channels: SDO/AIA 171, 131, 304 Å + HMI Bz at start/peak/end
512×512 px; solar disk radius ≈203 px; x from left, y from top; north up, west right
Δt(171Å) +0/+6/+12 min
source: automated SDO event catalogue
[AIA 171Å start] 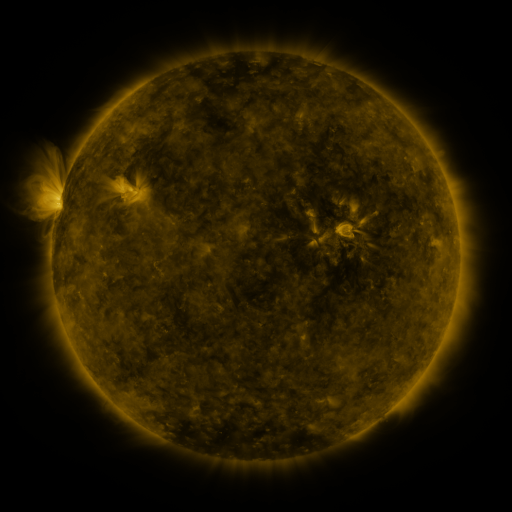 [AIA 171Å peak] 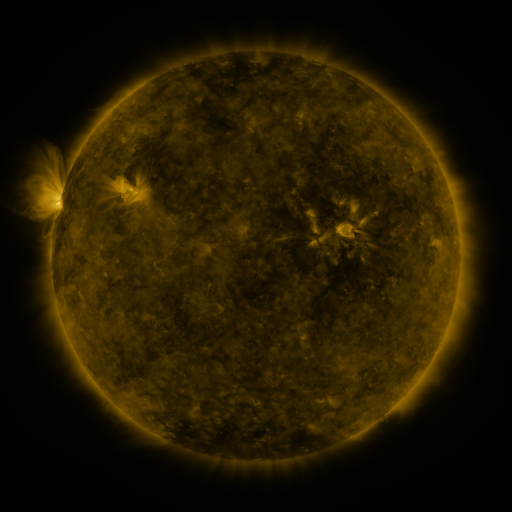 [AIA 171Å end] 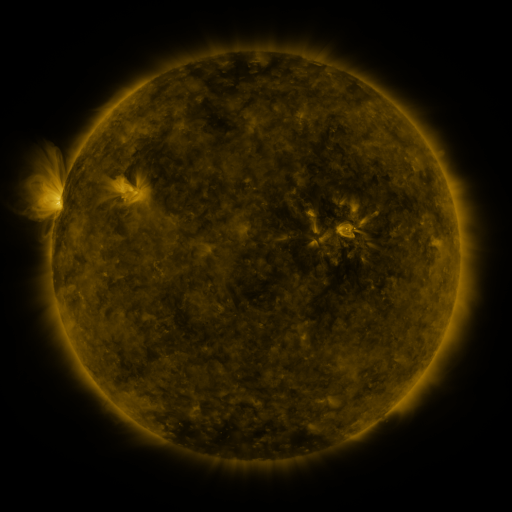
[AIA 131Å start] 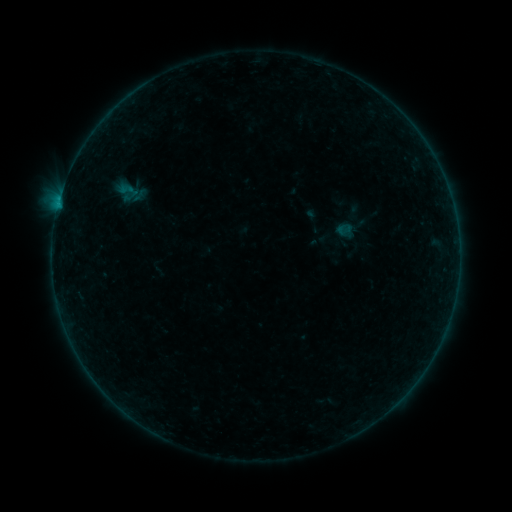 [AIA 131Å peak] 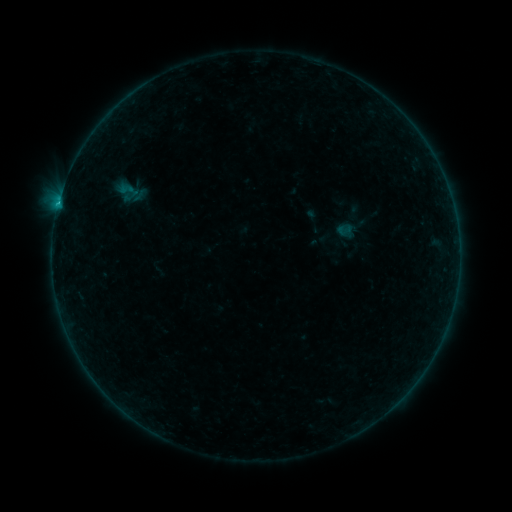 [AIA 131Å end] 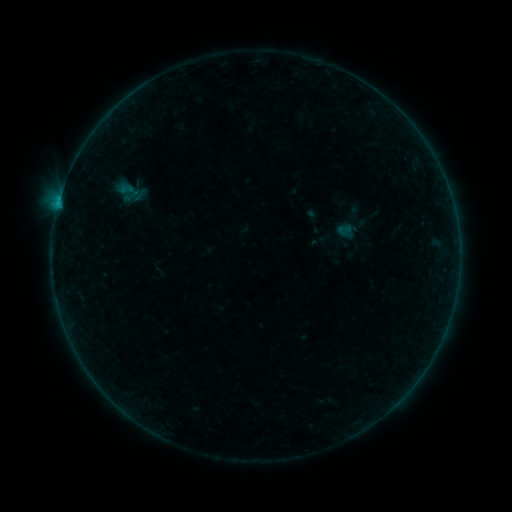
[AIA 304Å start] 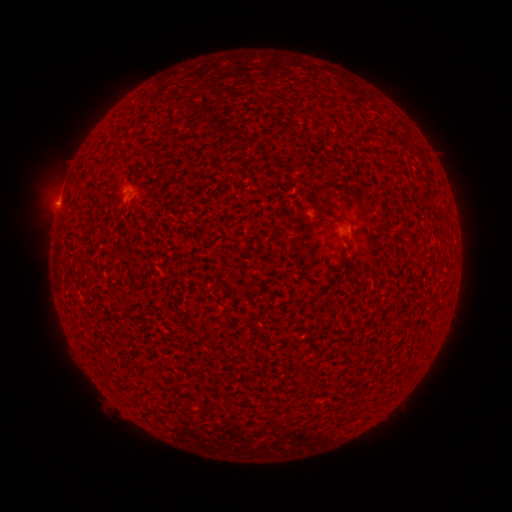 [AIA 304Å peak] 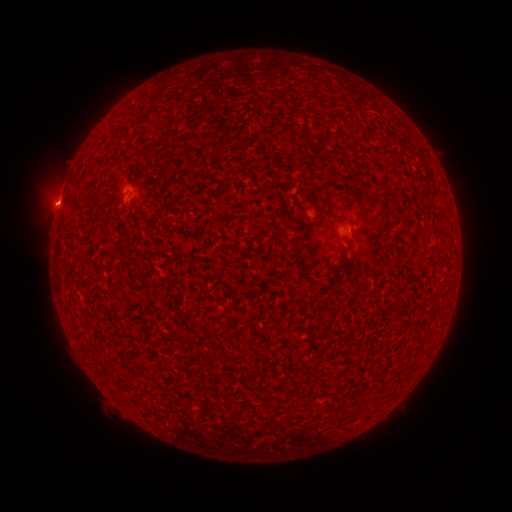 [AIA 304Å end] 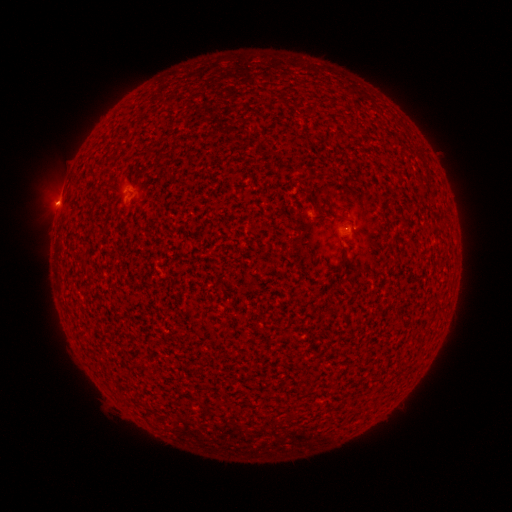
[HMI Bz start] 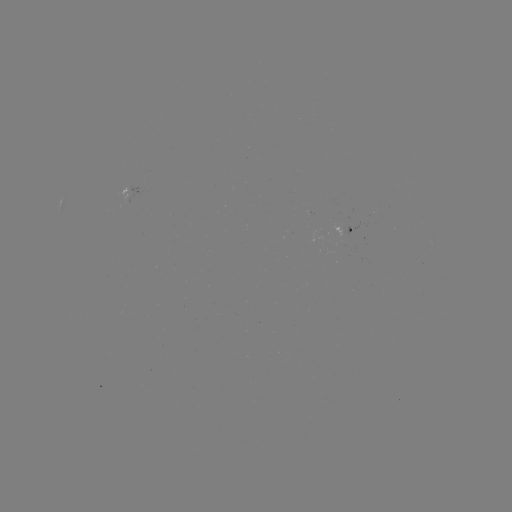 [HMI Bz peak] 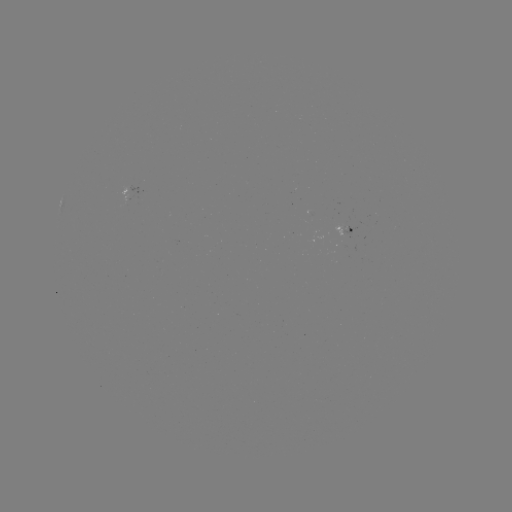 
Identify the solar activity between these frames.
B2.3 flare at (58, 206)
